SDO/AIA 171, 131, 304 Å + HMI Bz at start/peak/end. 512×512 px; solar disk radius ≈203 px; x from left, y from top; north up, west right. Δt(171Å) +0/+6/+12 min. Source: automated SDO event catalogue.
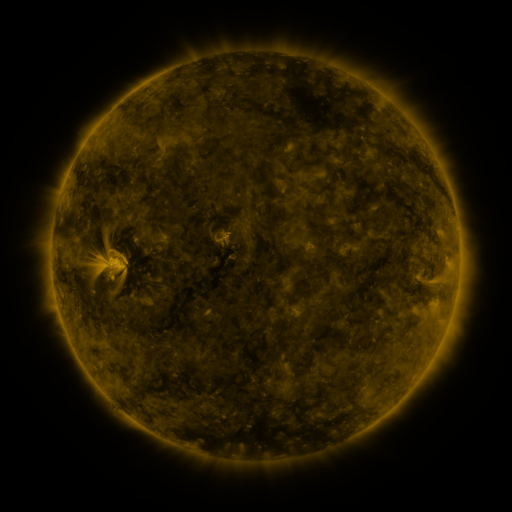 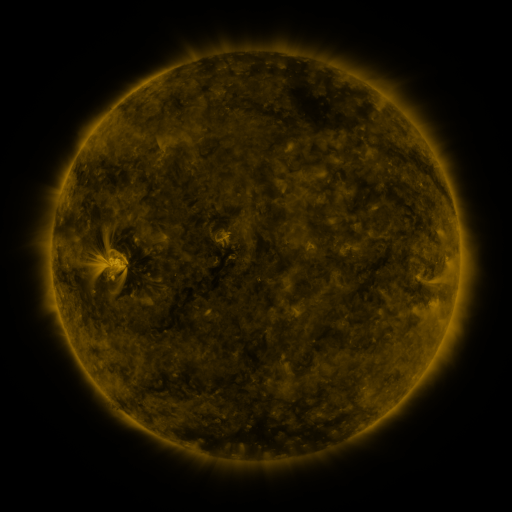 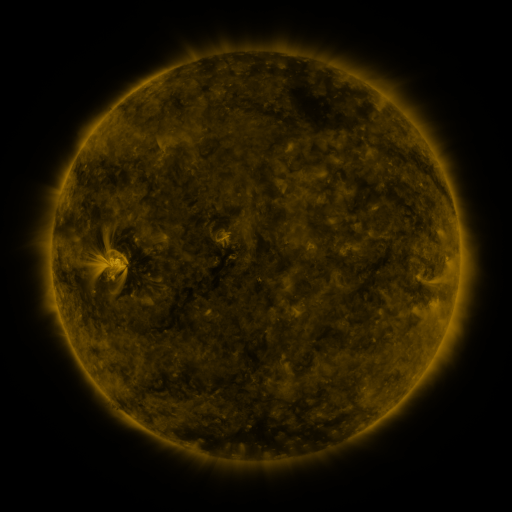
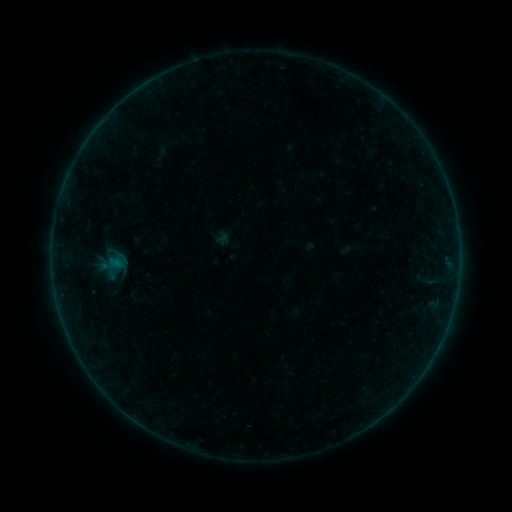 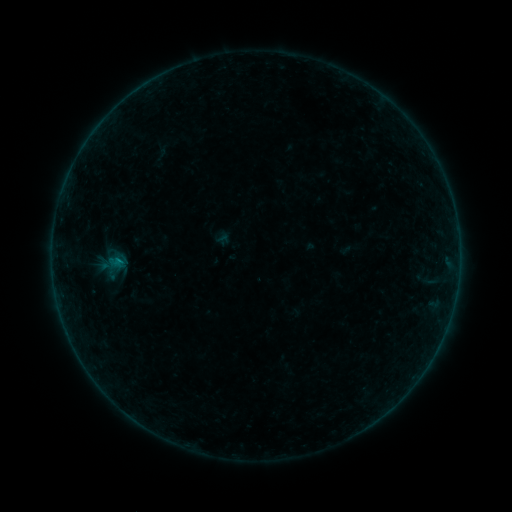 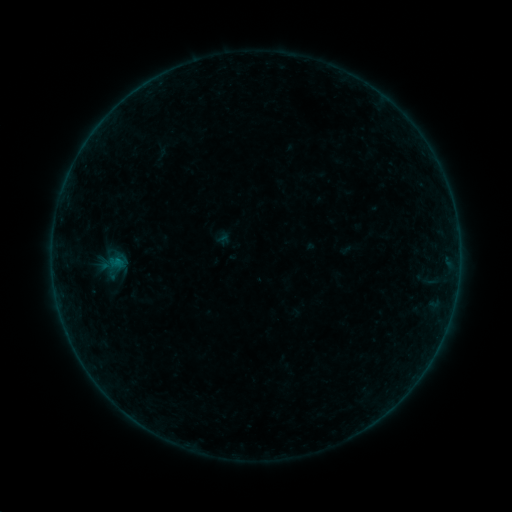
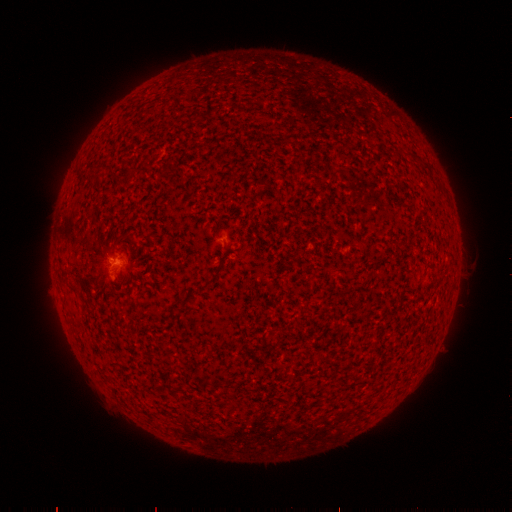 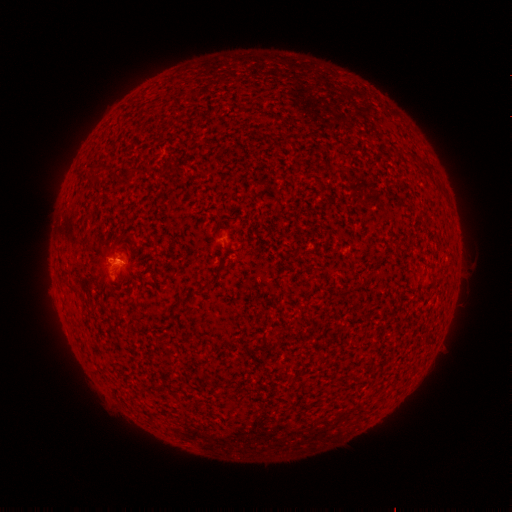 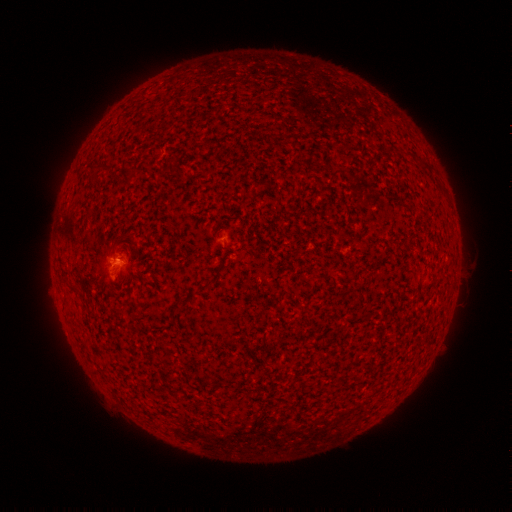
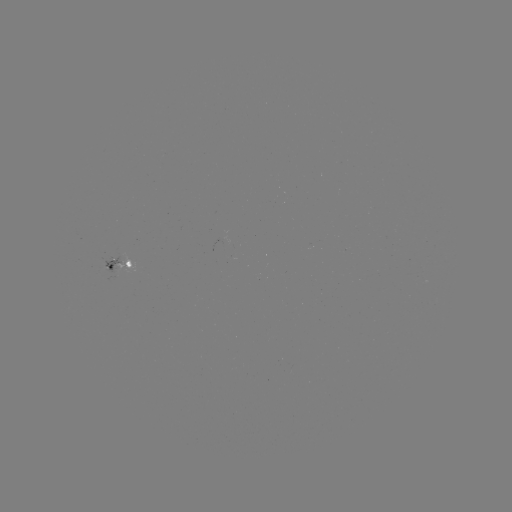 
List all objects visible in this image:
B1.4 flare: (120, 260)
